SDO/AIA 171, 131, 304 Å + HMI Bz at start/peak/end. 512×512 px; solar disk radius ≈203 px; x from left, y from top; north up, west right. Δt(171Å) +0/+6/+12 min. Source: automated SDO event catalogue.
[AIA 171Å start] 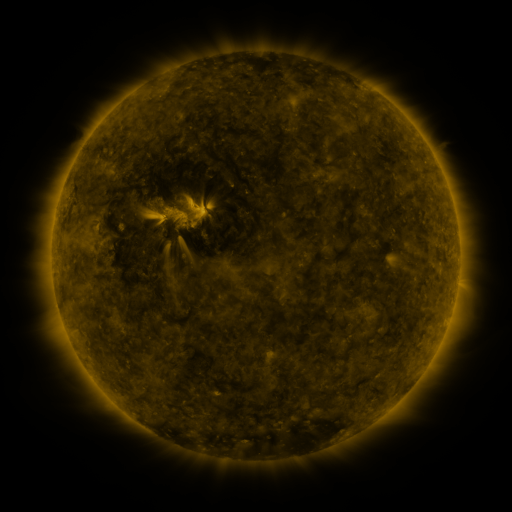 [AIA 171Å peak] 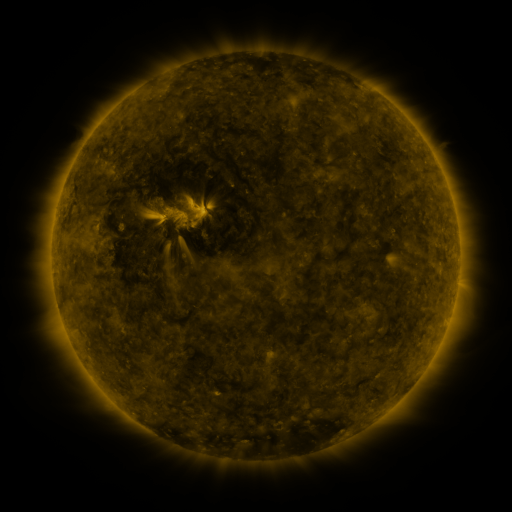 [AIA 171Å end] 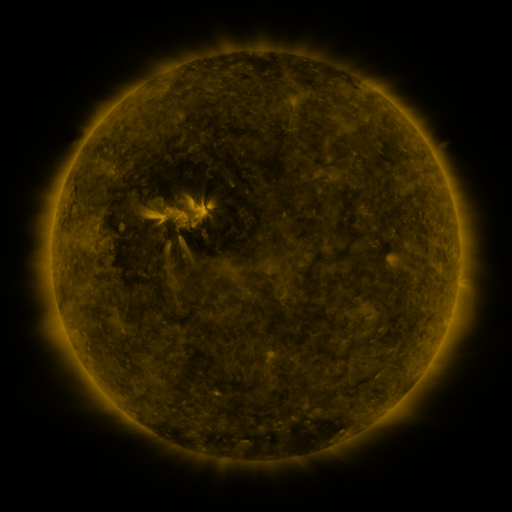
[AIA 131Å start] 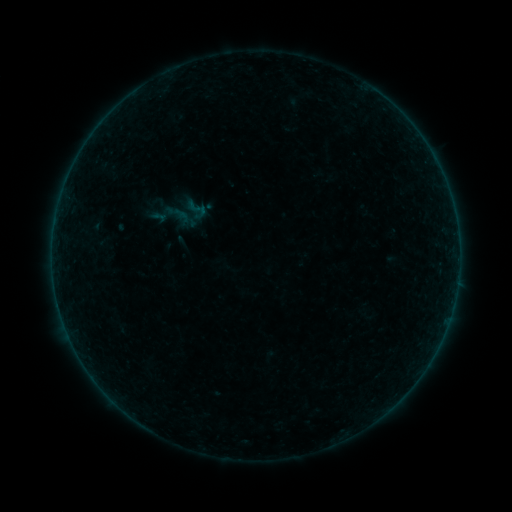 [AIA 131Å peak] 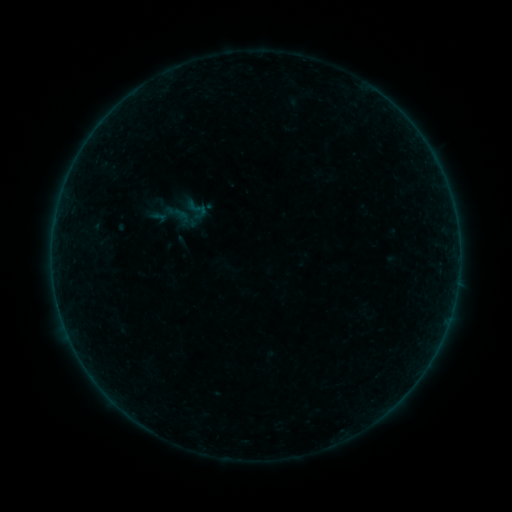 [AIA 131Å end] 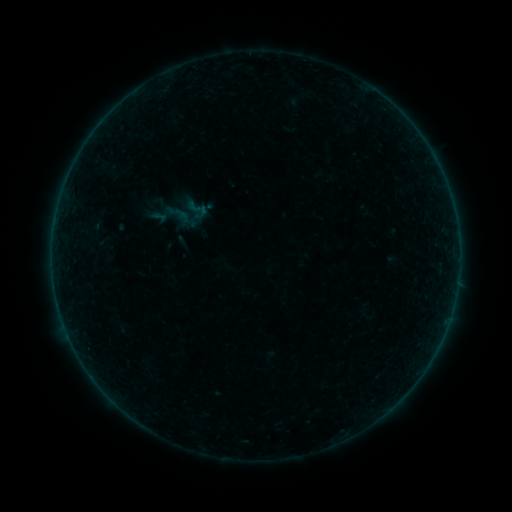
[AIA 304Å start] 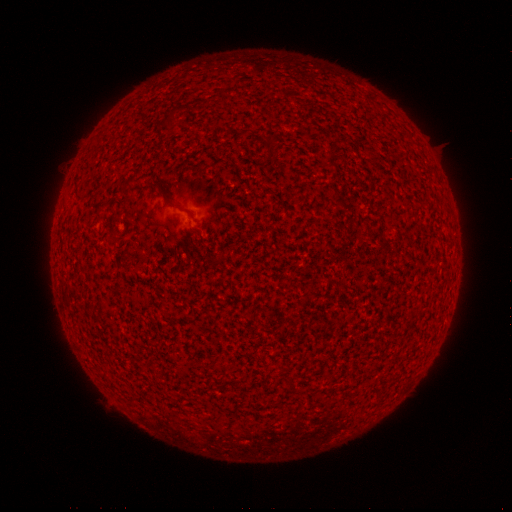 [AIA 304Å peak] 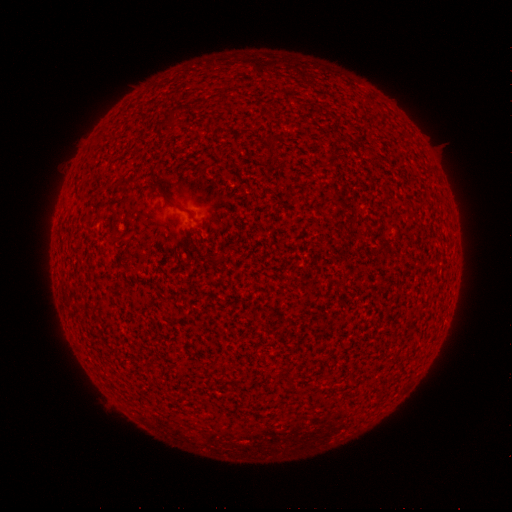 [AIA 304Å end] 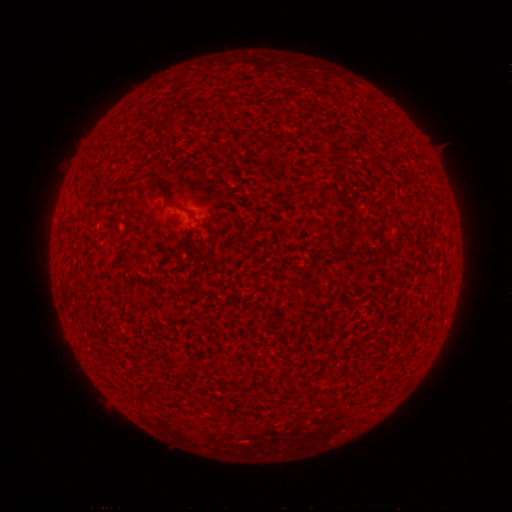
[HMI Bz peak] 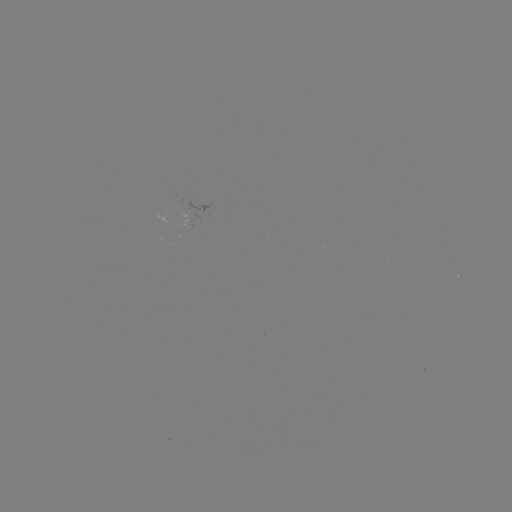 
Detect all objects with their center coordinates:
A1.4 flare: (163, 216)
